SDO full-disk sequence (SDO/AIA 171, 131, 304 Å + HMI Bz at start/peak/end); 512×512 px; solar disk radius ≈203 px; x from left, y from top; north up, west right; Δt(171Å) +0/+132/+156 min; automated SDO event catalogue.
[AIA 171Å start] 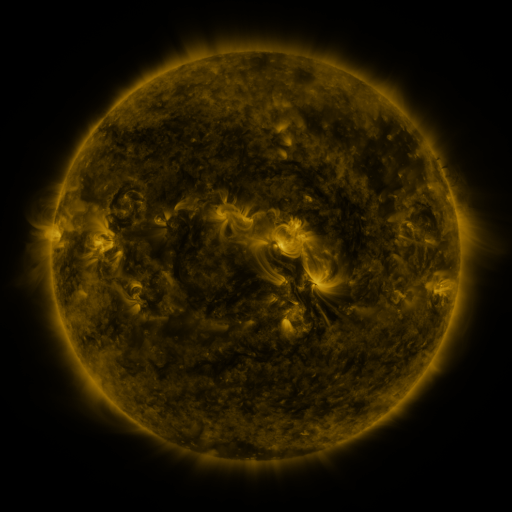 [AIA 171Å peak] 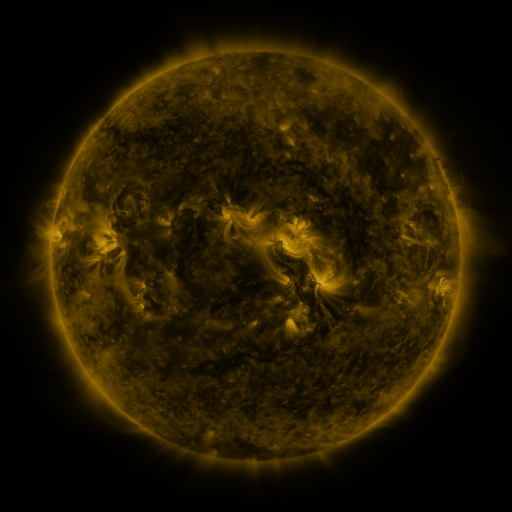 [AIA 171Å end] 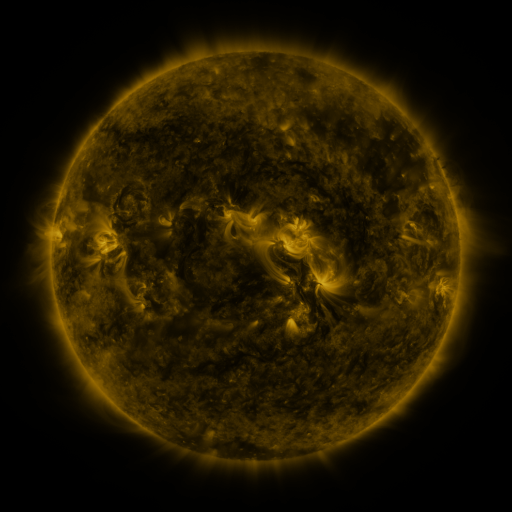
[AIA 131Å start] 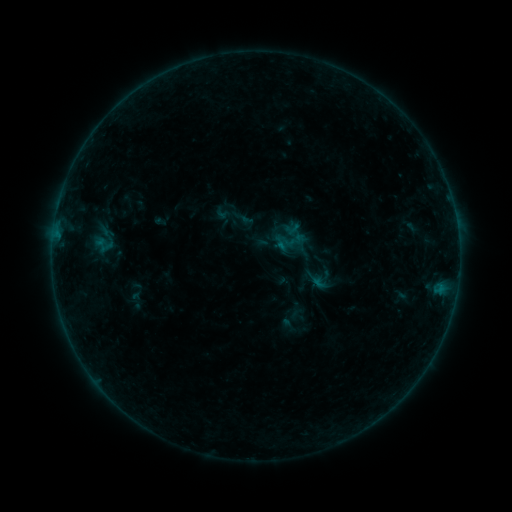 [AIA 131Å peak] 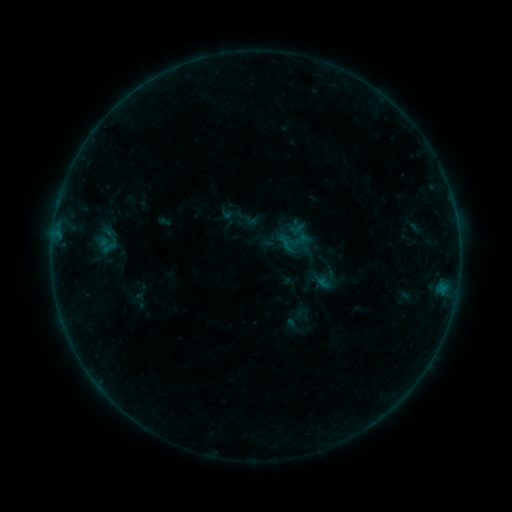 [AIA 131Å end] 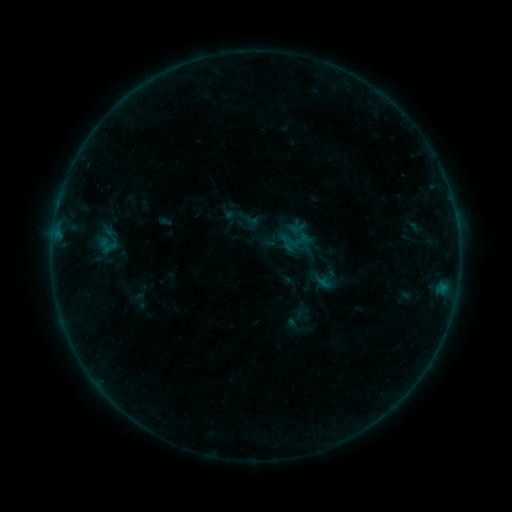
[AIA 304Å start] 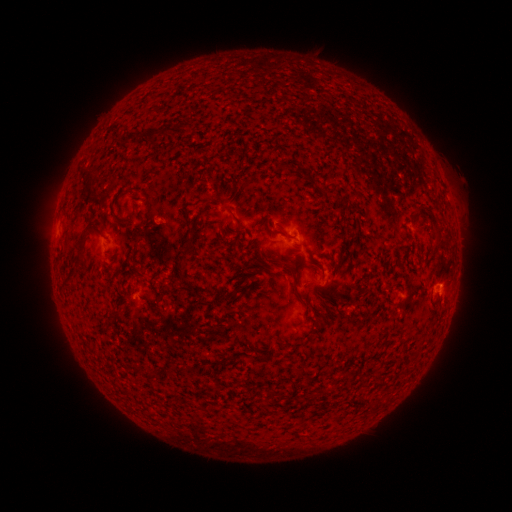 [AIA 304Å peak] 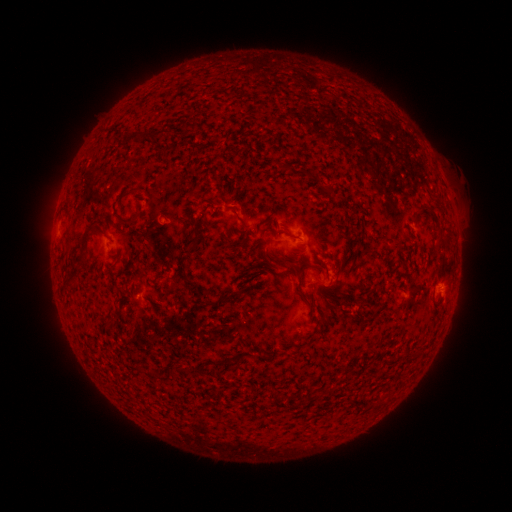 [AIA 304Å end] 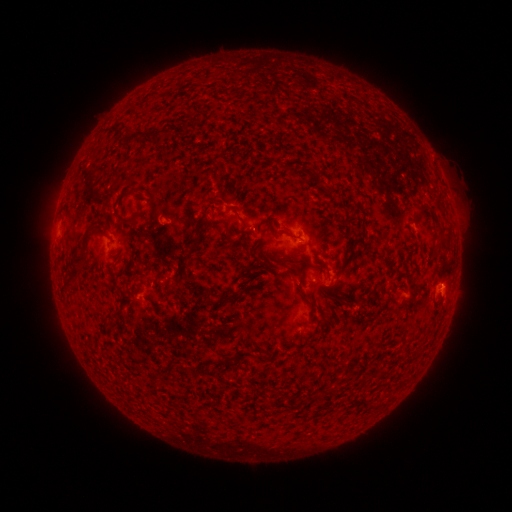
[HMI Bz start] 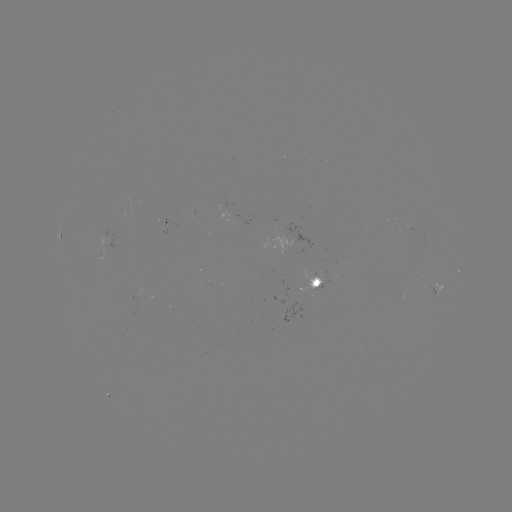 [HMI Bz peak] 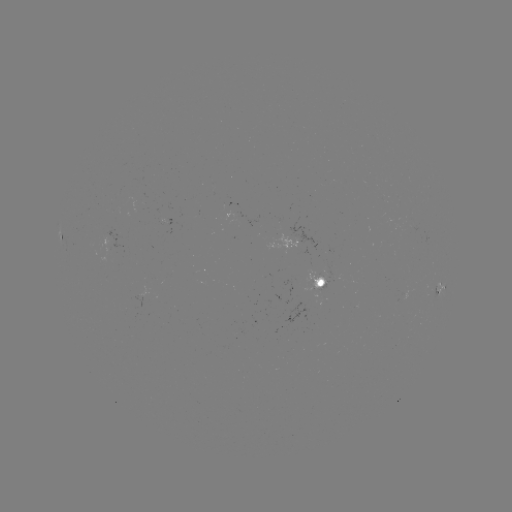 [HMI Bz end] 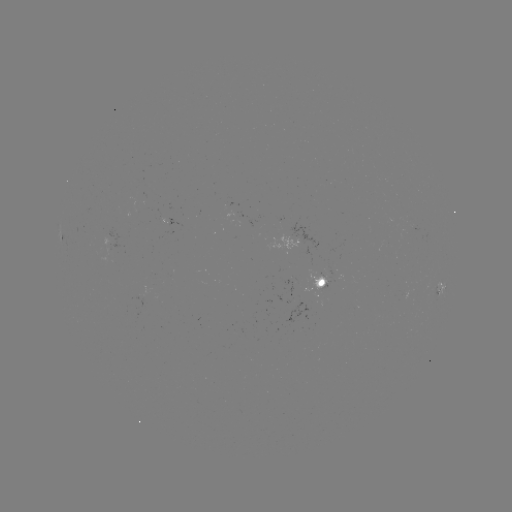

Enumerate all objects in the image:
emerging-flux region: (319, 277)
